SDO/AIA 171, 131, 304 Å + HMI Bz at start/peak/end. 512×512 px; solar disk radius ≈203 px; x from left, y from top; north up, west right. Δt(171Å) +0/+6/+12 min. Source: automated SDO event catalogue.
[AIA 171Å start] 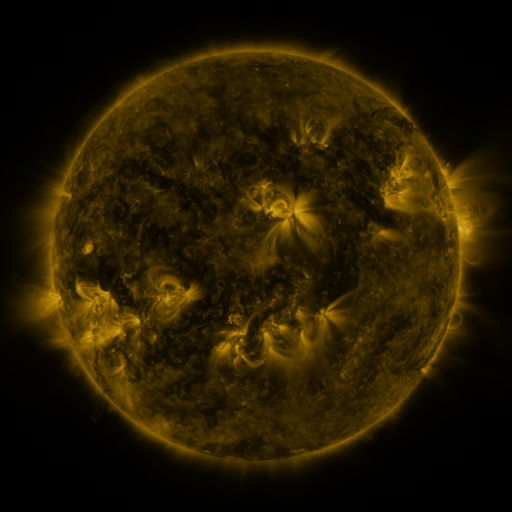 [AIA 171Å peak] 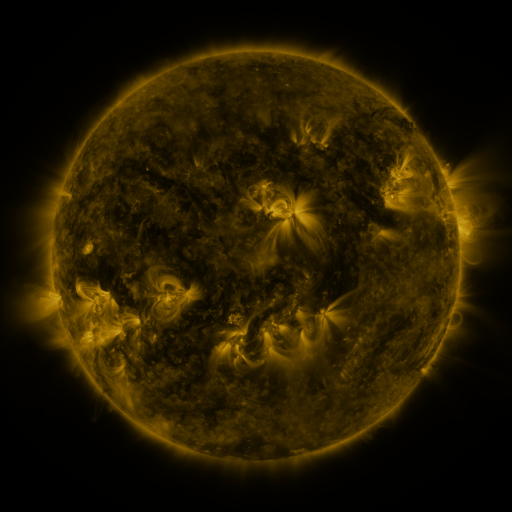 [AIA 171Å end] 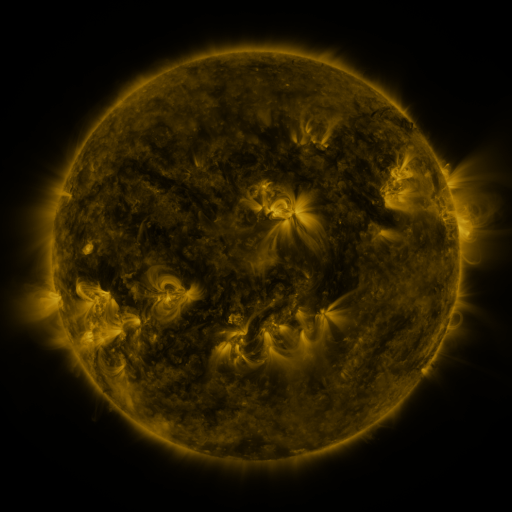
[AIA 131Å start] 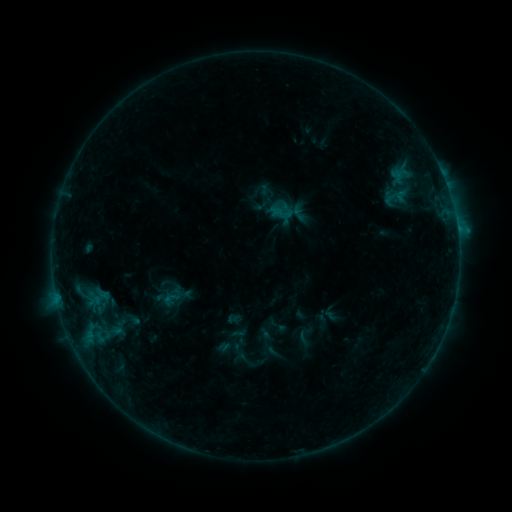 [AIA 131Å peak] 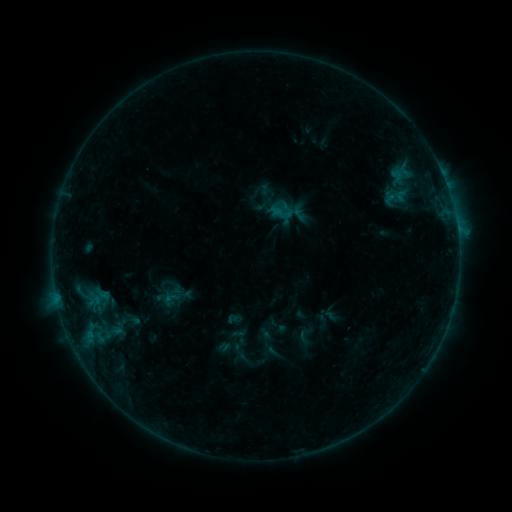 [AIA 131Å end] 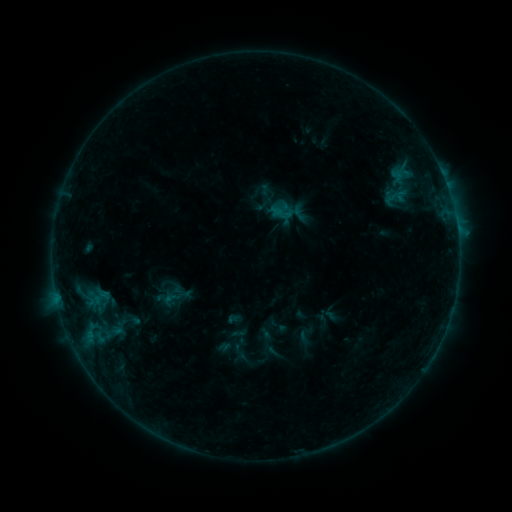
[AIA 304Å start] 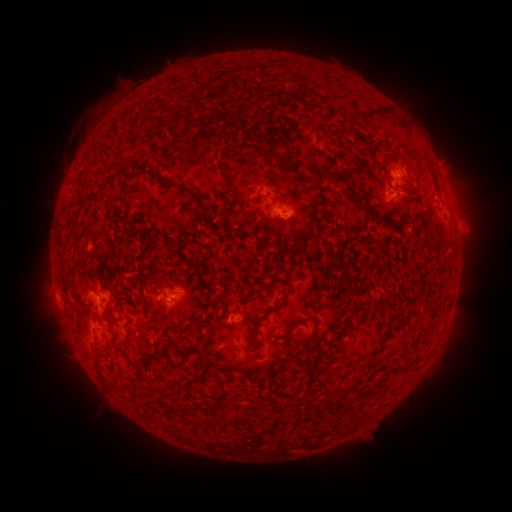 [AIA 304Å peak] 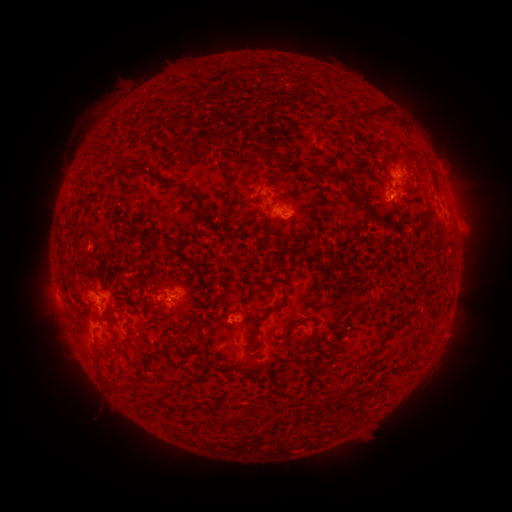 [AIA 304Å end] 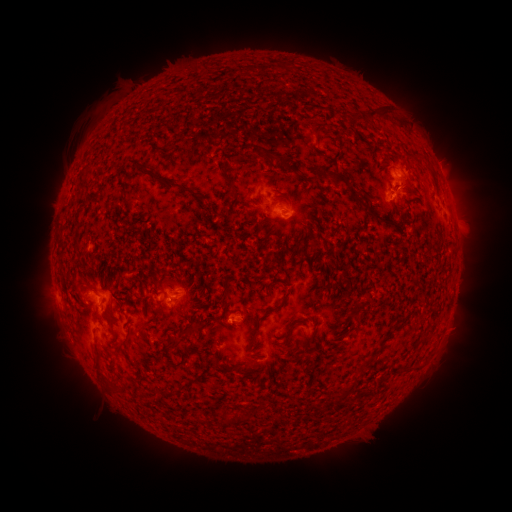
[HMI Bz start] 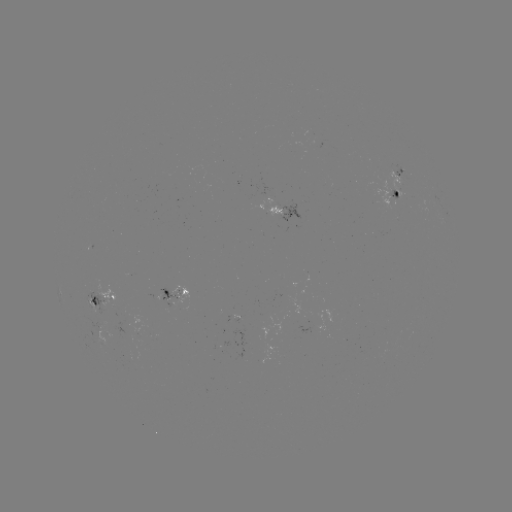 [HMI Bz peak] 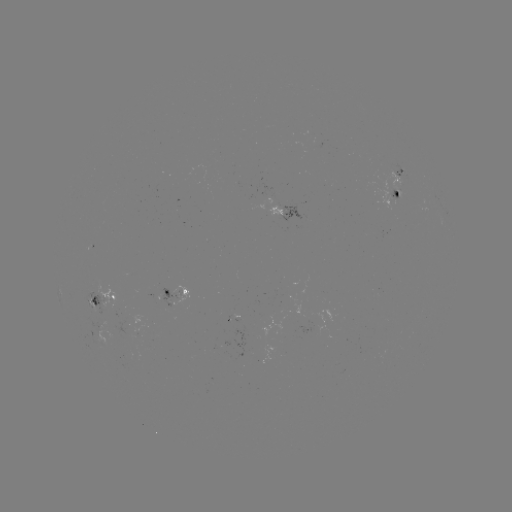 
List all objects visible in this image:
eruption: (455, 334)
